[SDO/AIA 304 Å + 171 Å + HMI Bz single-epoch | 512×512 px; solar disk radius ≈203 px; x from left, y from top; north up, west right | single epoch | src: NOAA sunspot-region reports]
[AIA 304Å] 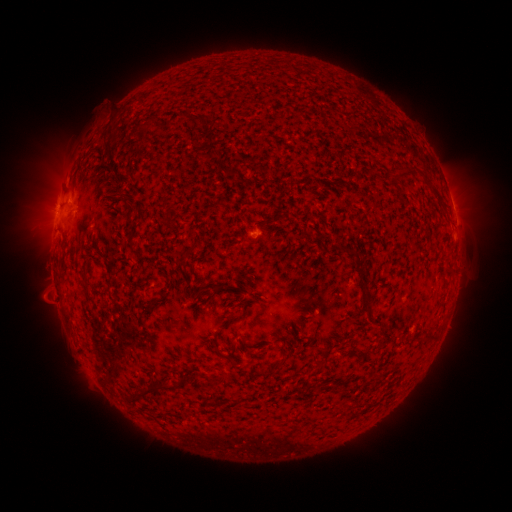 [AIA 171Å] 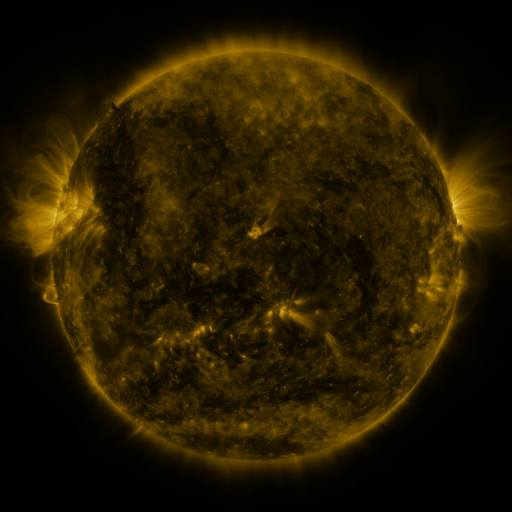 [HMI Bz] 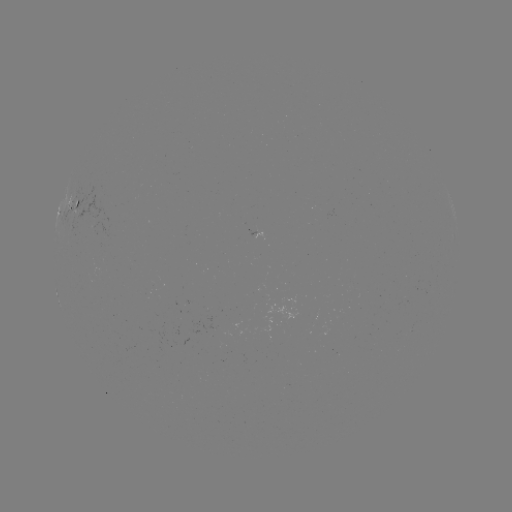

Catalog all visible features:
spotted active region: (75, 206)
spotted active region: (453, 210)
spotted active region: (259, 236)
